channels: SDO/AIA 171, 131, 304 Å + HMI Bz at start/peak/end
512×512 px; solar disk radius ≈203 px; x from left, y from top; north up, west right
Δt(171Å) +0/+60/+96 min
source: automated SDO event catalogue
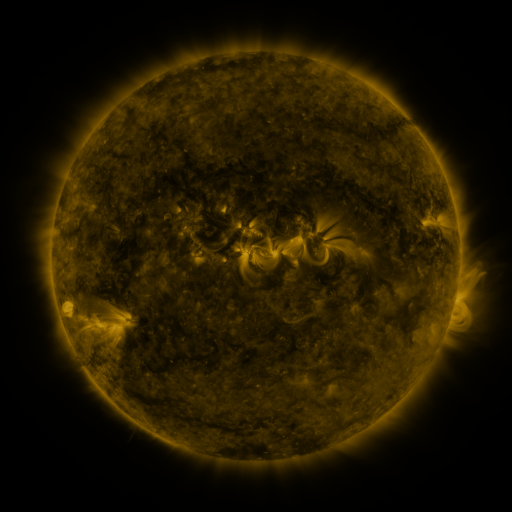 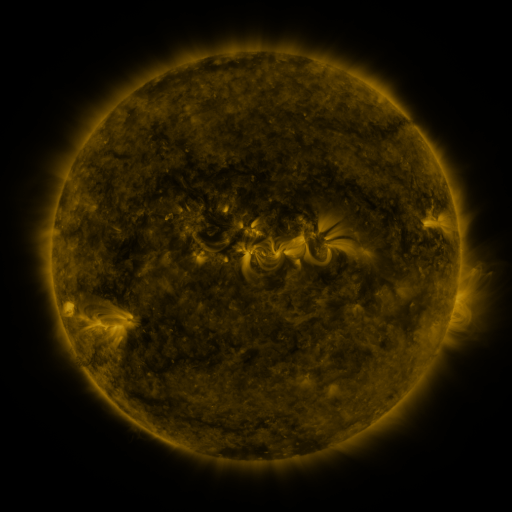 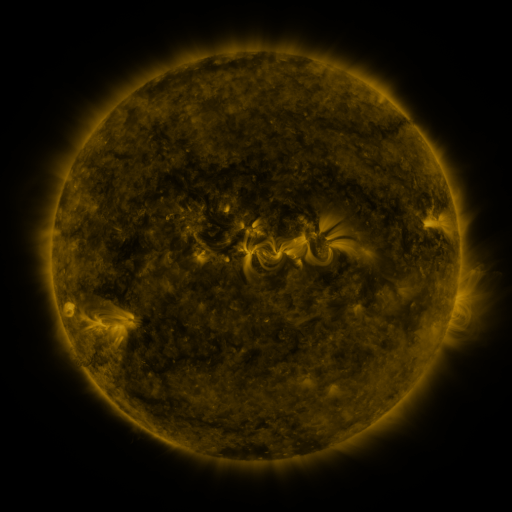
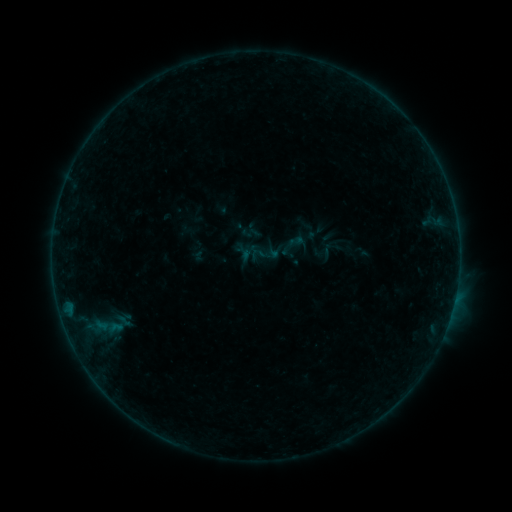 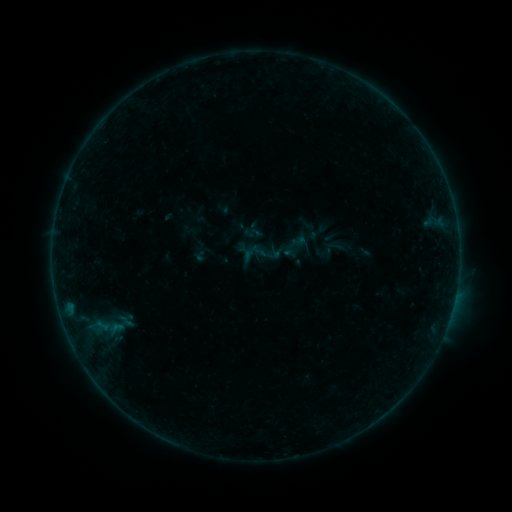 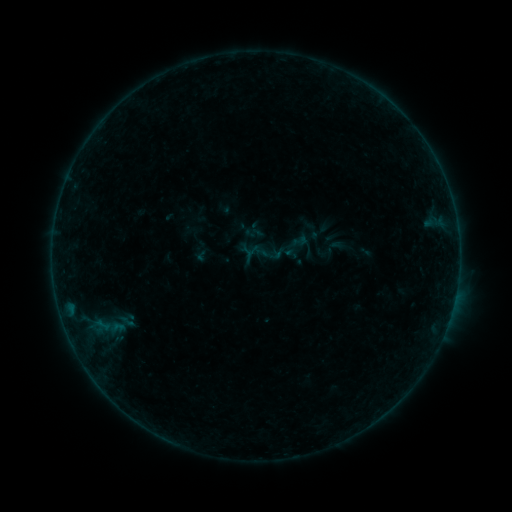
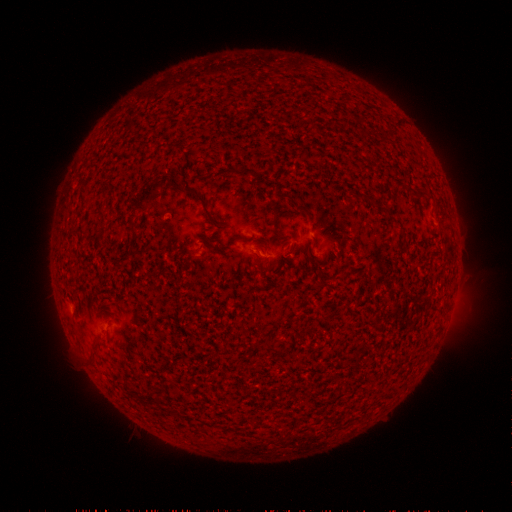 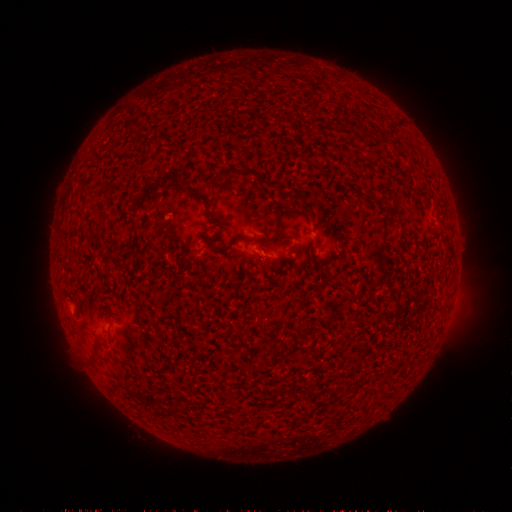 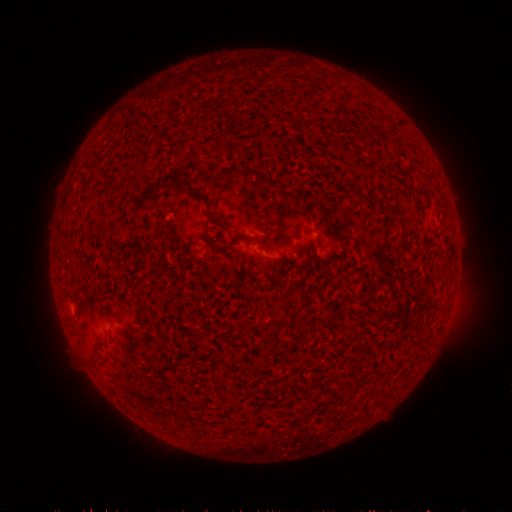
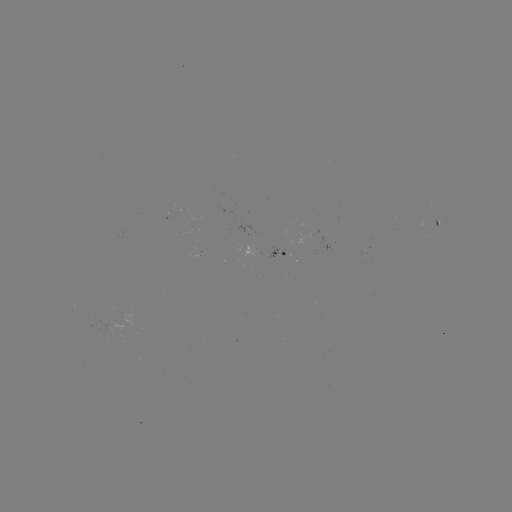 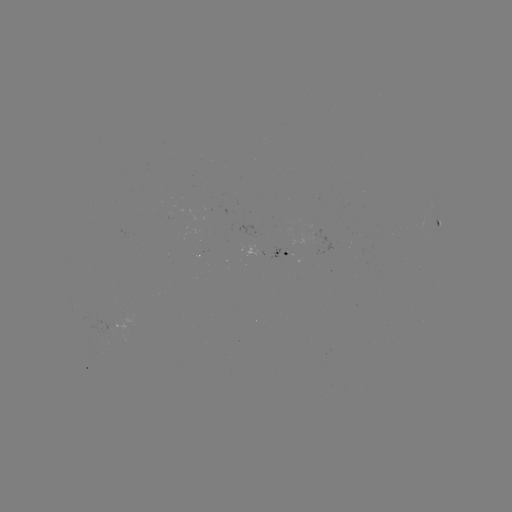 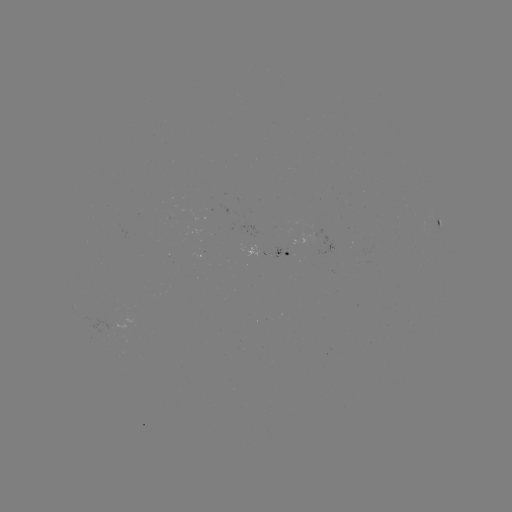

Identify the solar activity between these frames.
emerging-flux region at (215, 213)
